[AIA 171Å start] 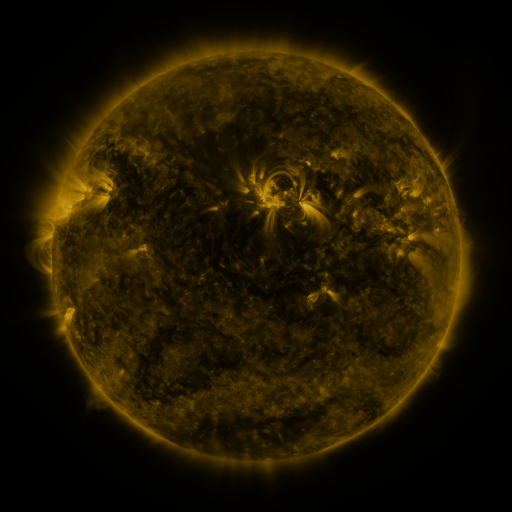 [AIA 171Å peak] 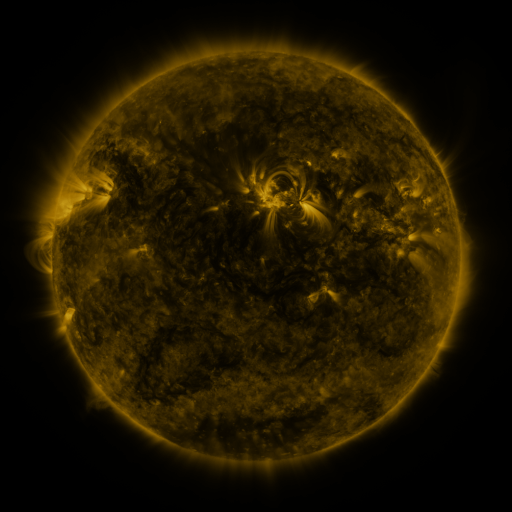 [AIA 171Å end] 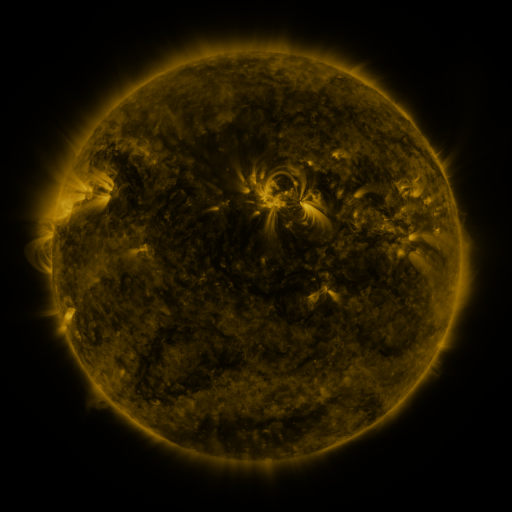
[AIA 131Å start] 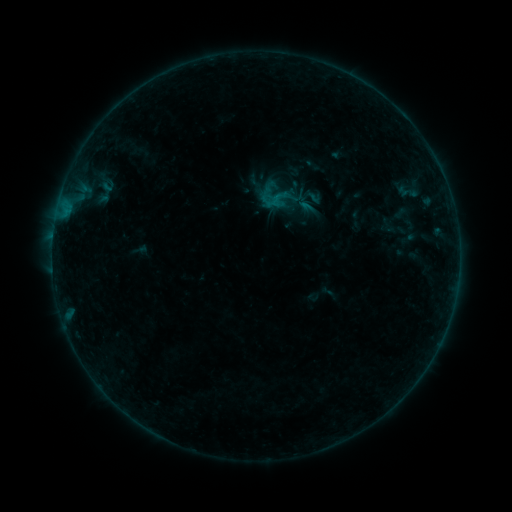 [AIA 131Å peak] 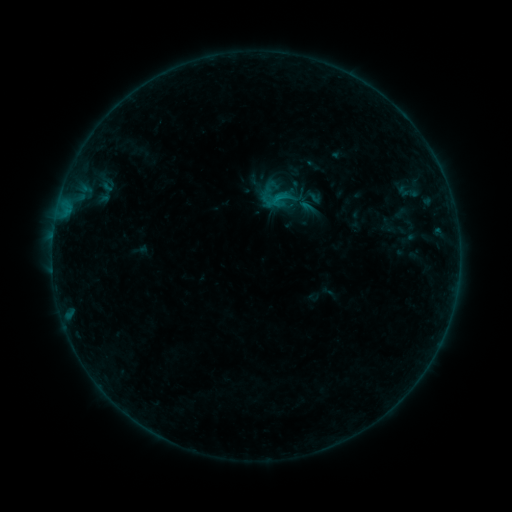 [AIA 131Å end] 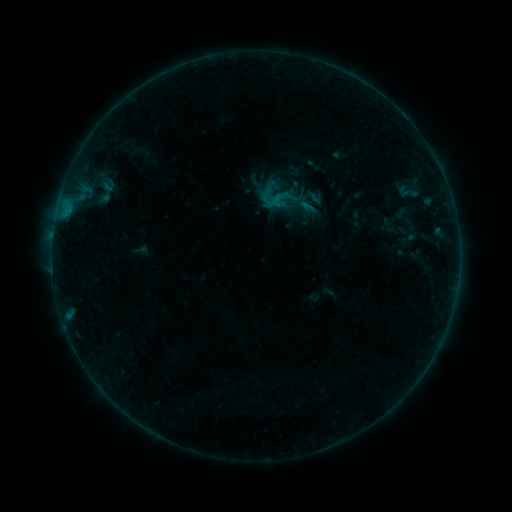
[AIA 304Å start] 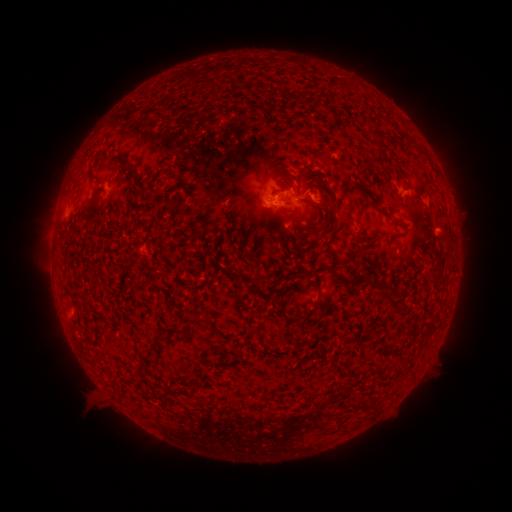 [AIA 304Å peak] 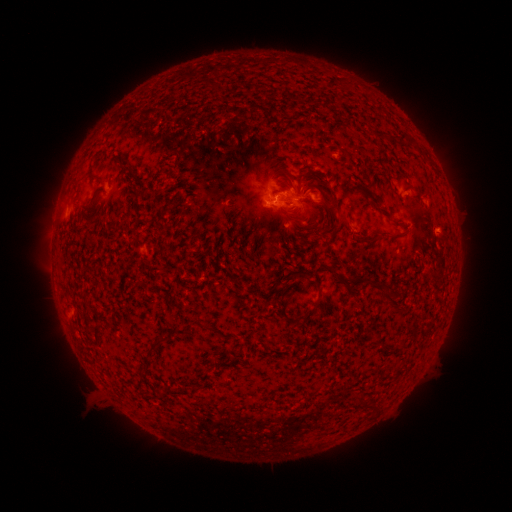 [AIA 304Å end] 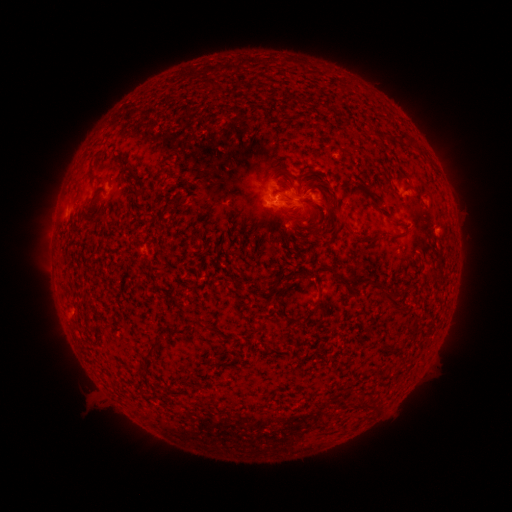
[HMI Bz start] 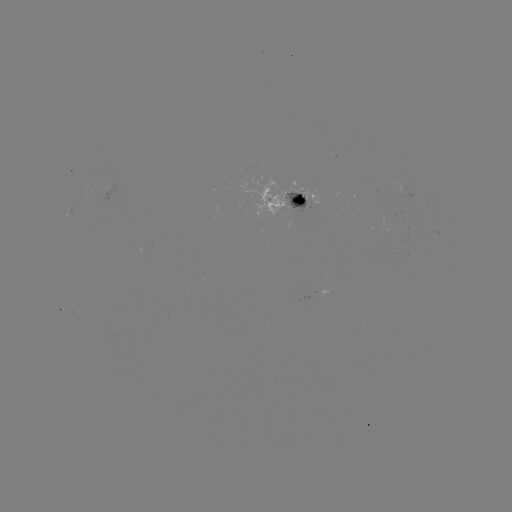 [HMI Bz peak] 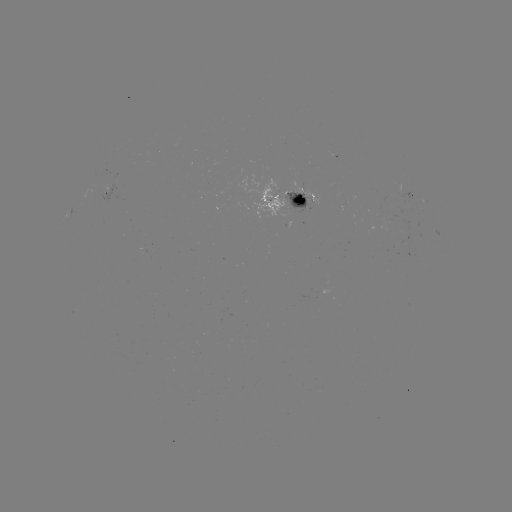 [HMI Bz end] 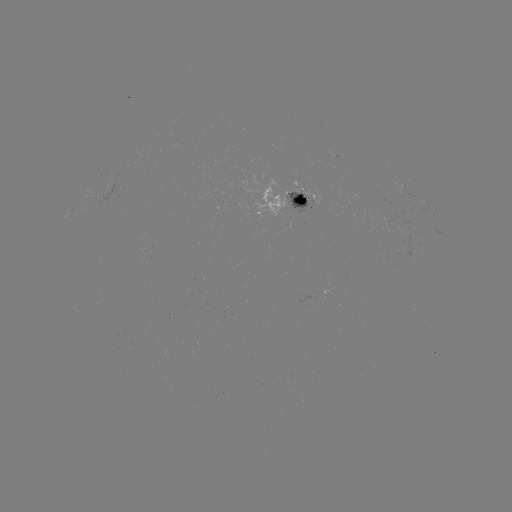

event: flare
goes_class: B5.1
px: (277, 201)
